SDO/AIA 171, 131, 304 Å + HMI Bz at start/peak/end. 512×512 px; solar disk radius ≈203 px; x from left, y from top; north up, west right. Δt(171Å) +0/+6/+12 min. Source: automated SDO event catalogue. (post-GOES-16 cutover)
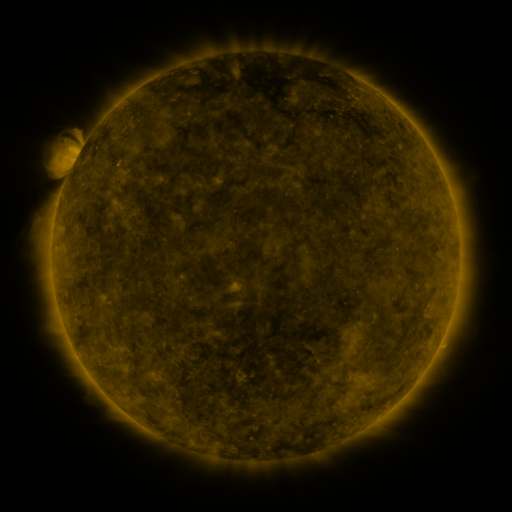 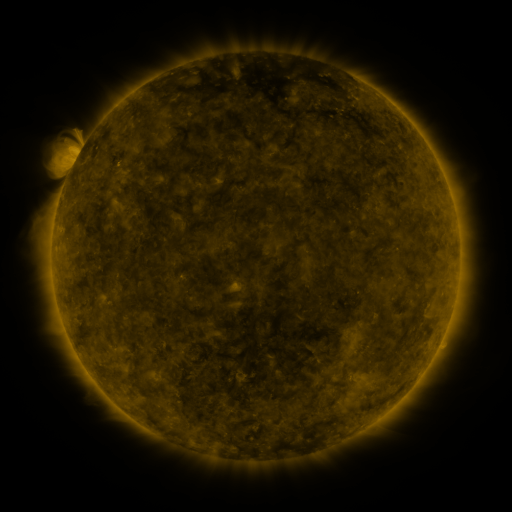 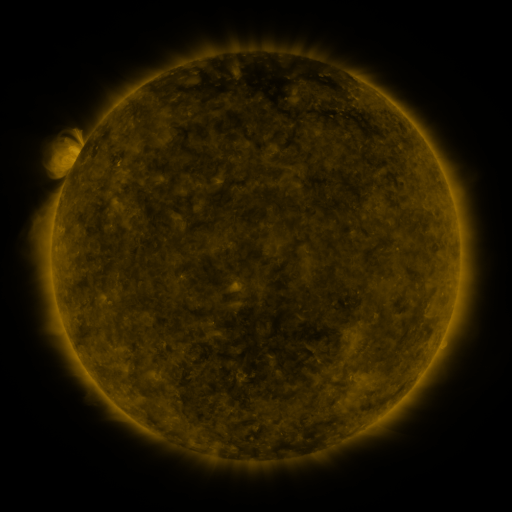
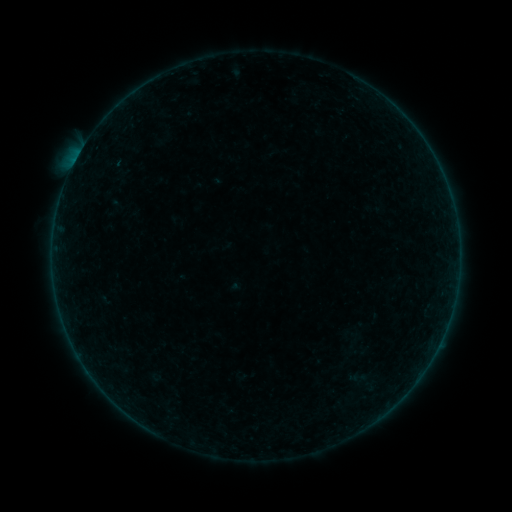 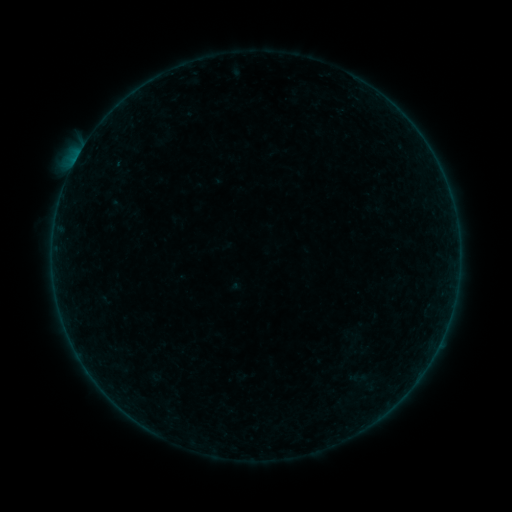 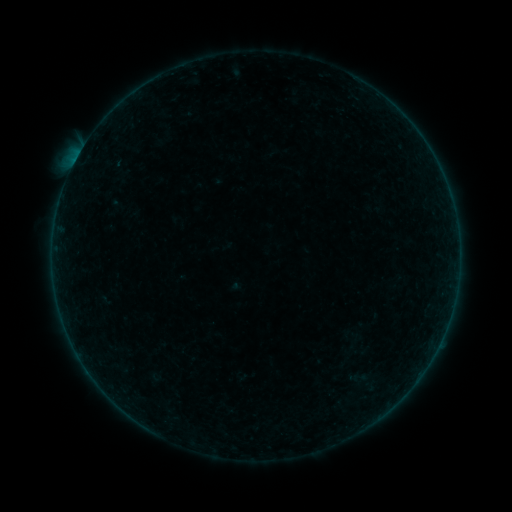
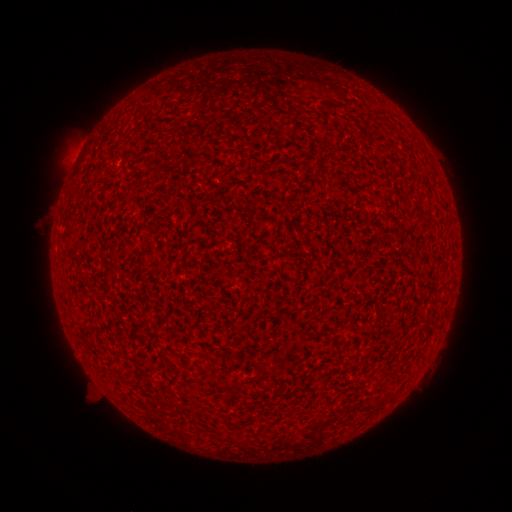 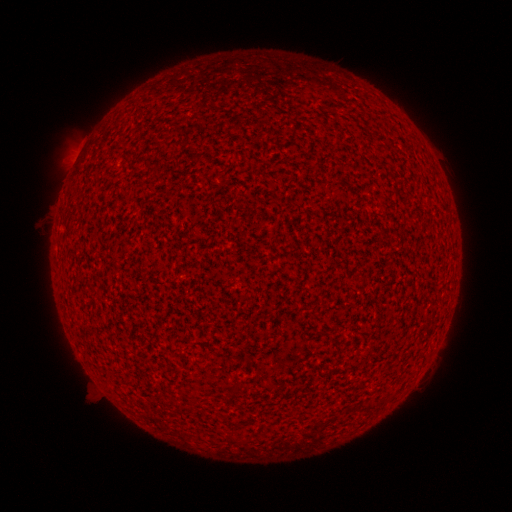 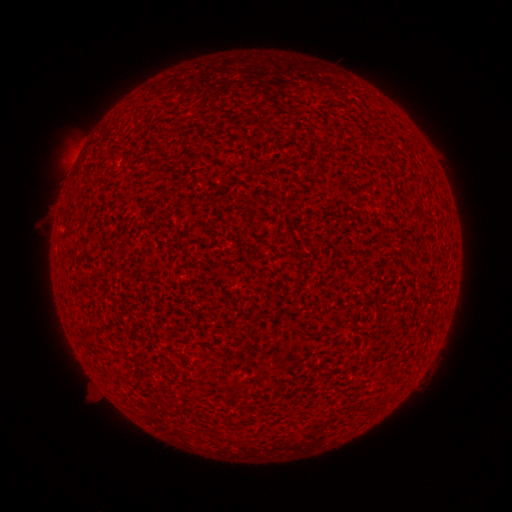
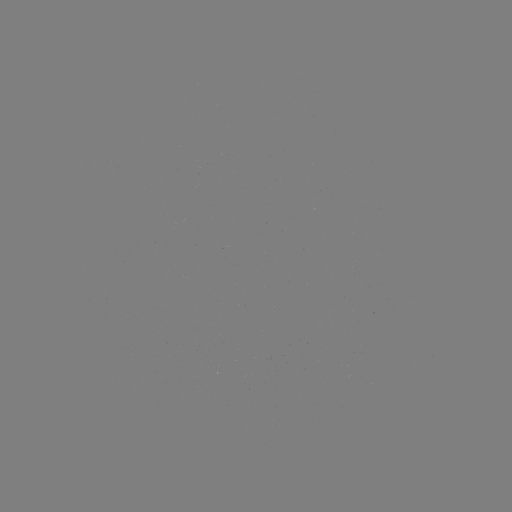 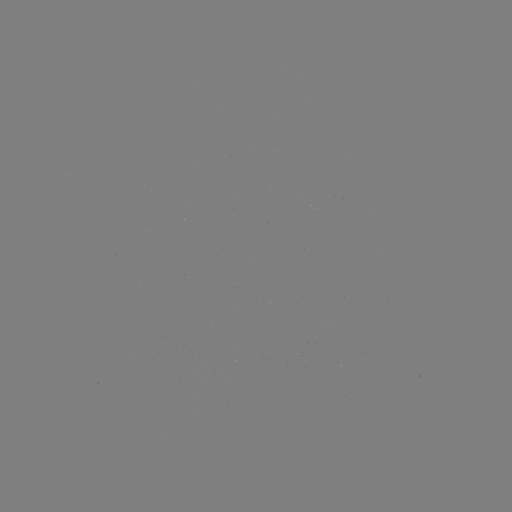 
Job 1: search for A7.8 flare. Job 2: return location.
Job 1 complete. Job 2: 76,162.